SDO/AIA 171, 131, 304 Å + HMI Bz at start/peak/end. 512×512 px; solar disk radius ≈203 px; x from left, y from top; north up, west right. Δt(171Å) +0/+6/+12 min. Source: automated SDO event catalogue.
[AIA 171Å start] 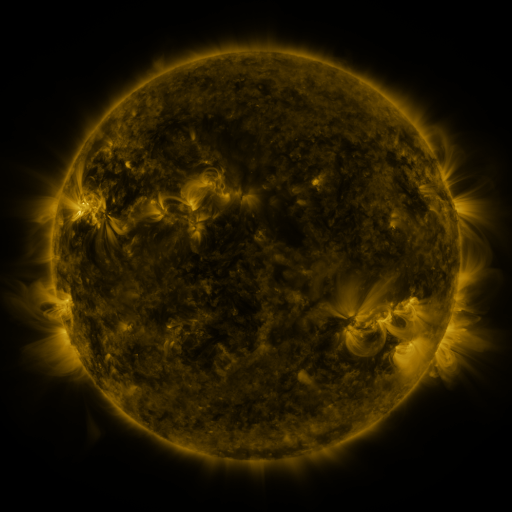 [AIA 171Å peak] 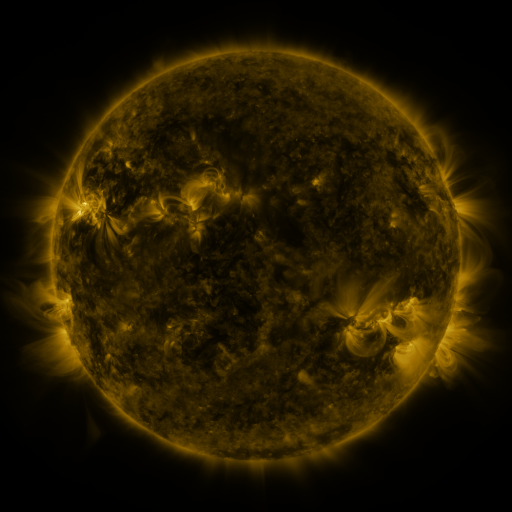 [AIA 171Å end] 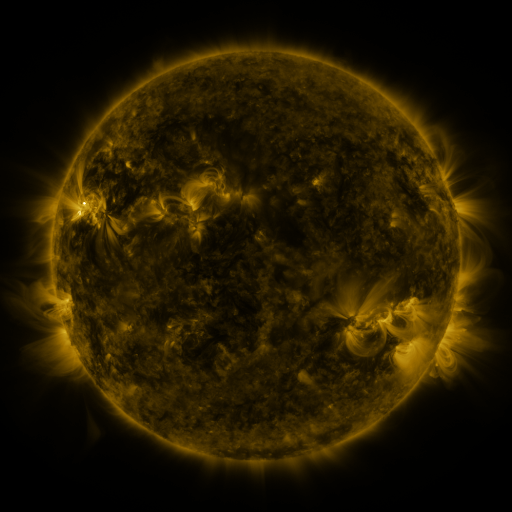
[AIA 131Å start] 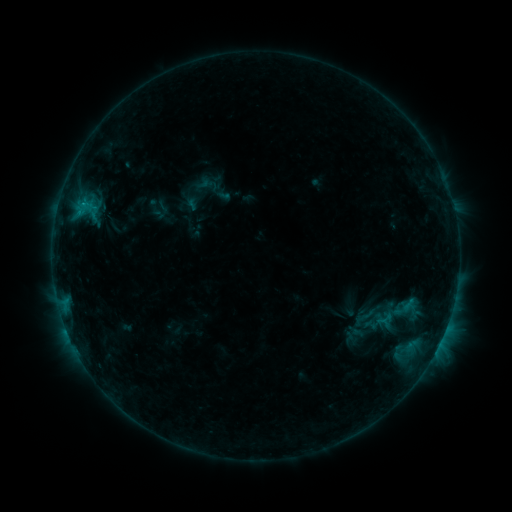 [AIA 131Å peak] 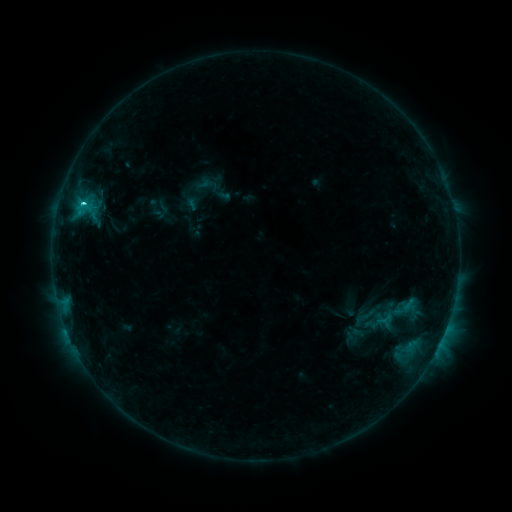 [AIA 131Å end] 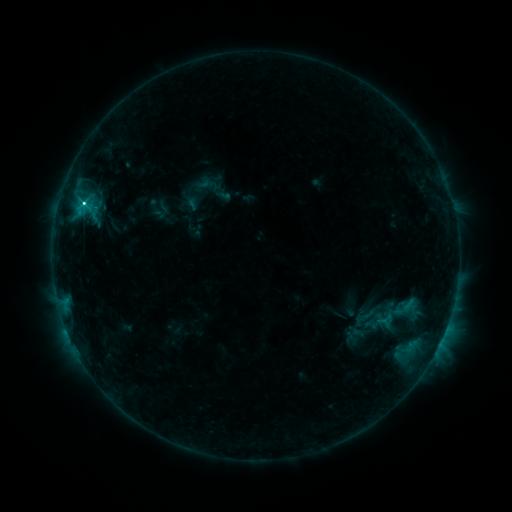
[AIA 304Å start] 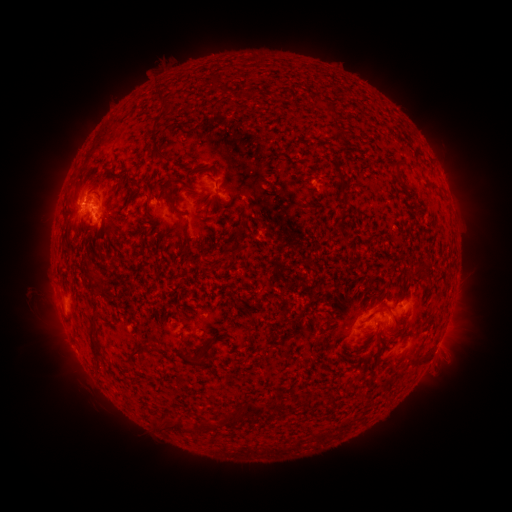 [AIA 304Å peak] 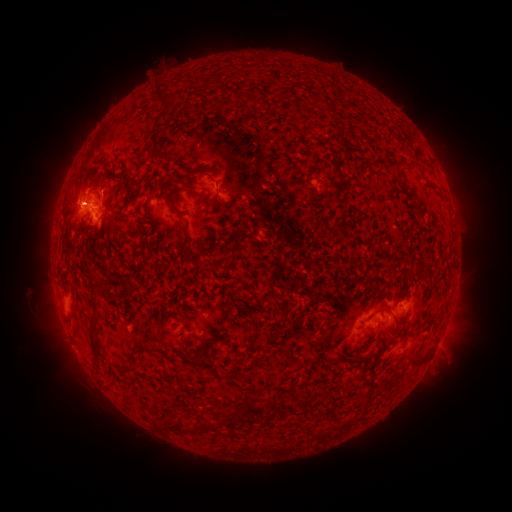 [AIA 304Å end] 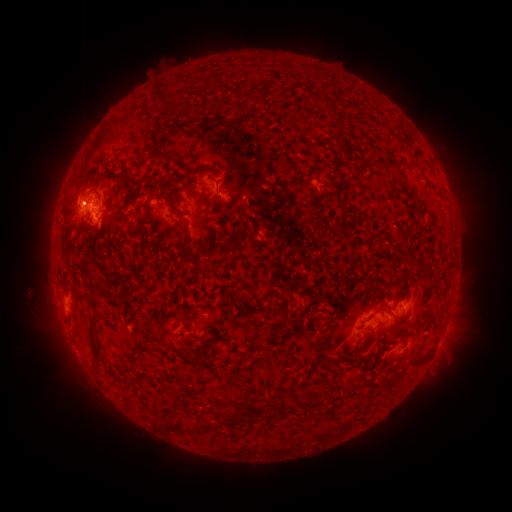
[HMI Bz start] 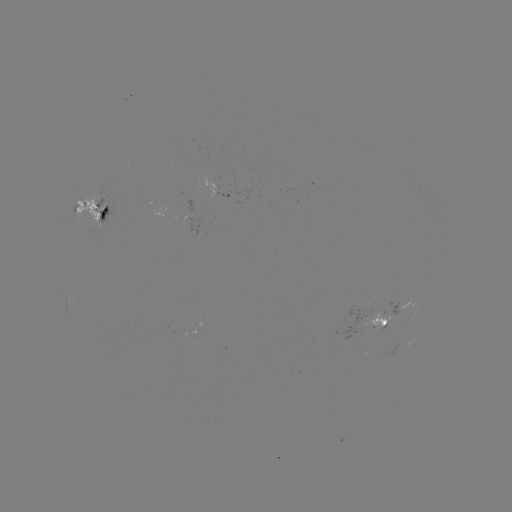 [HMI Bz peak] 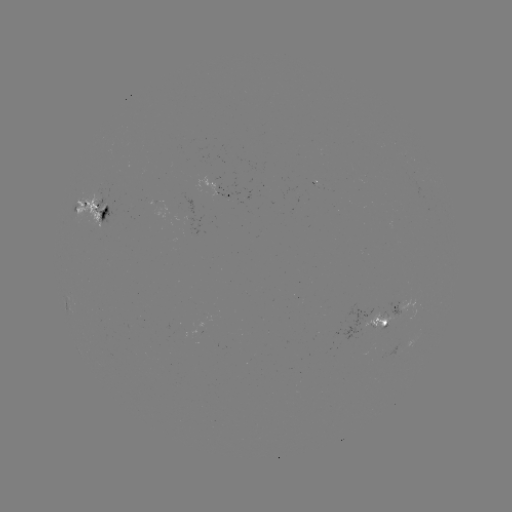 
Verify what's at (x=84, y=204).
C7.9 flare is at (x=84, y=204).